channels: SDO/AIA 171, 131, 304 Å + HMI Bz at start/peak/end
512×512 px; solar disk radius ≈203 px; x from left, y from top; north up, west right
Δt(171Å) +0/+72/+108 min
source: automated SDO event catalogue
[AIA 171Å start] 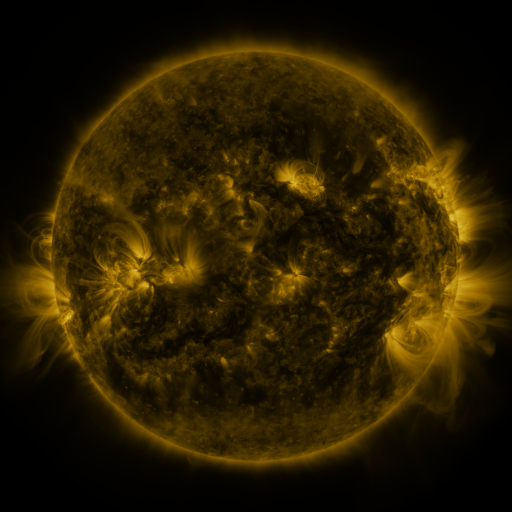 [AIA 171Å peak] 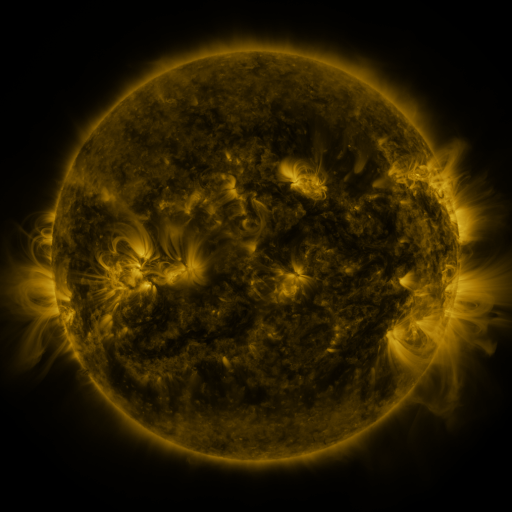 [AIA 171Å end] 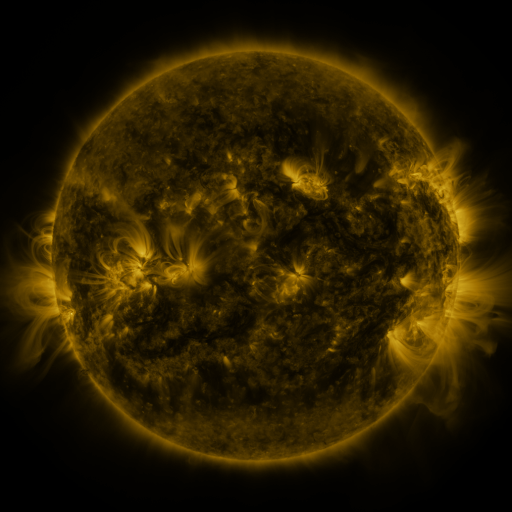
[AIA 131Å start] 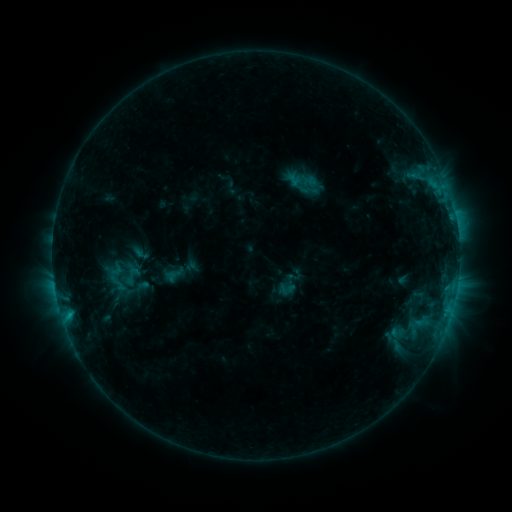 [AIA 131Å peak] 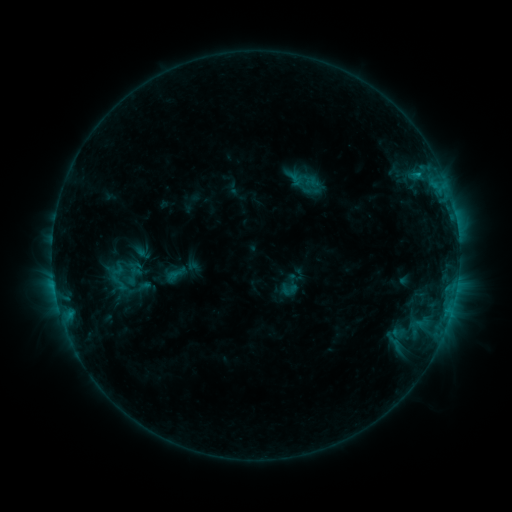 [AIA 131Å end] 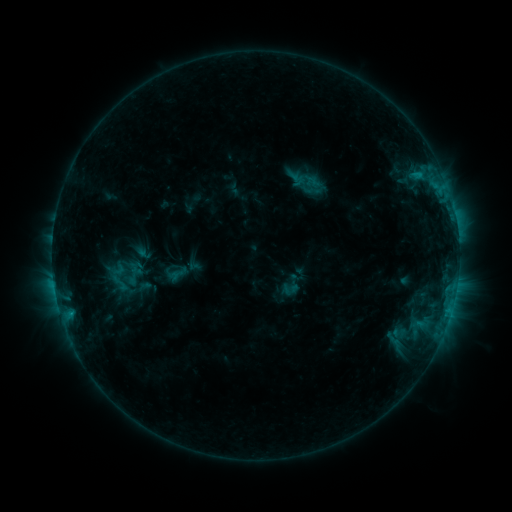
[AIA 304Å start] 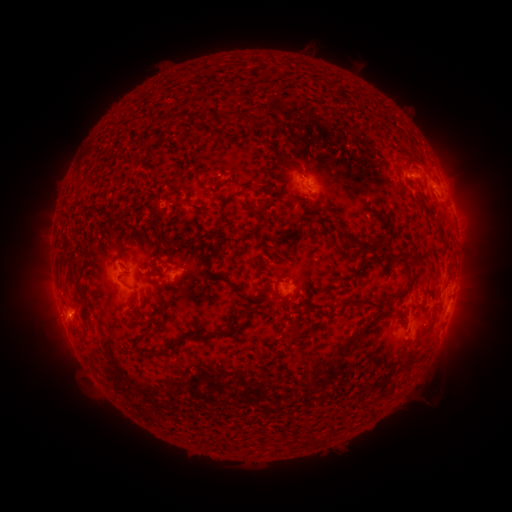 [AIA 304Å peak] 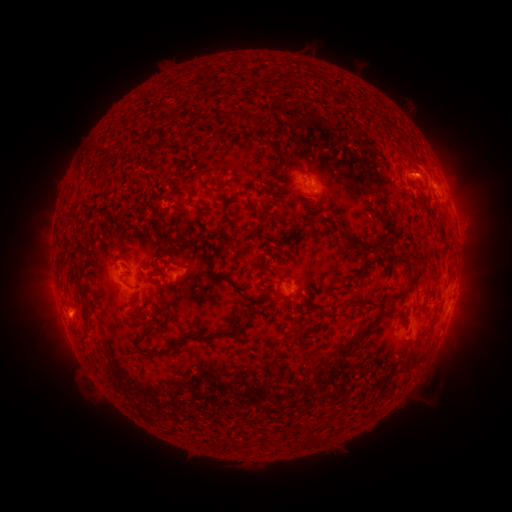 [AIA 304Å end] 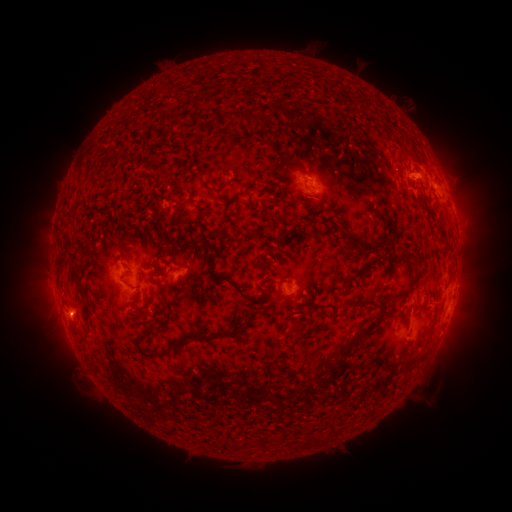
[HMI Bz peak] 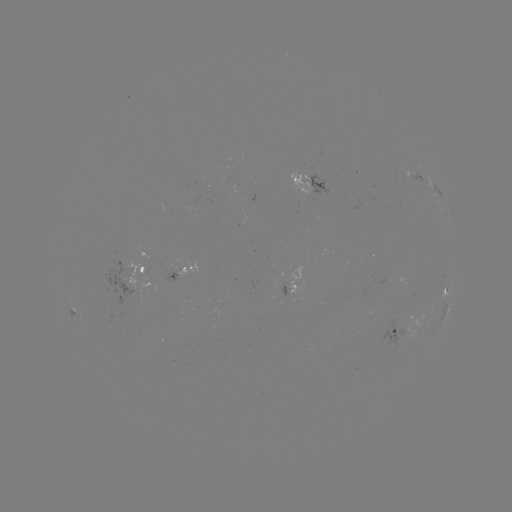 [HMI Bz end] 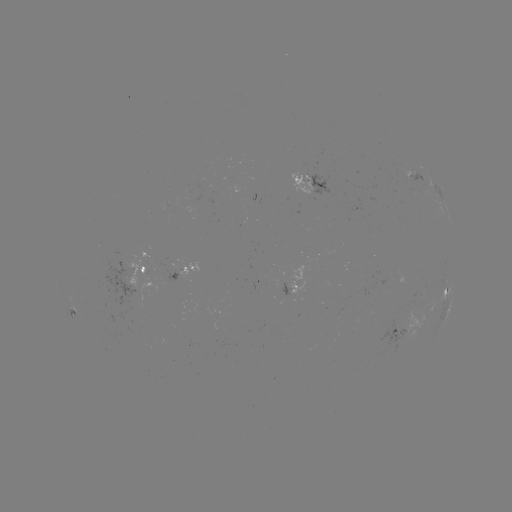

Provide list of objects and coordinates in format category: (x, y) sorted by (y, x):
emerging-flux region: (417, 297)
